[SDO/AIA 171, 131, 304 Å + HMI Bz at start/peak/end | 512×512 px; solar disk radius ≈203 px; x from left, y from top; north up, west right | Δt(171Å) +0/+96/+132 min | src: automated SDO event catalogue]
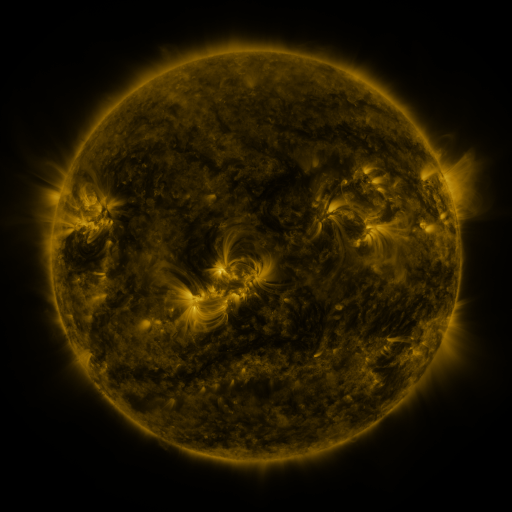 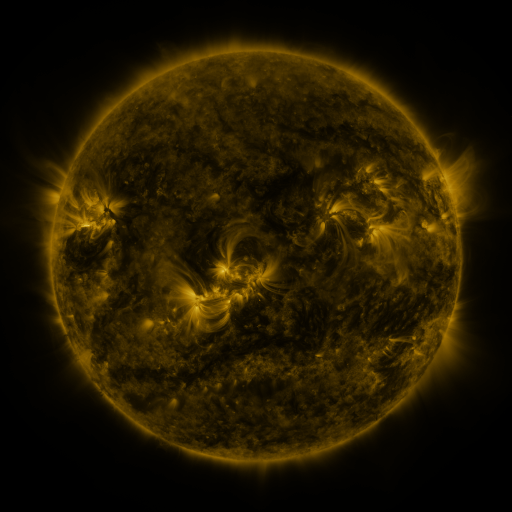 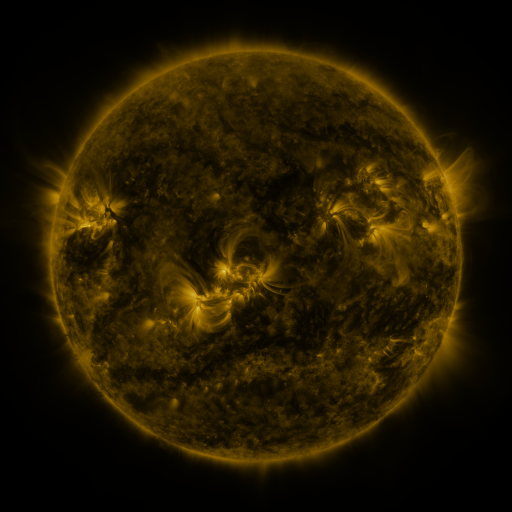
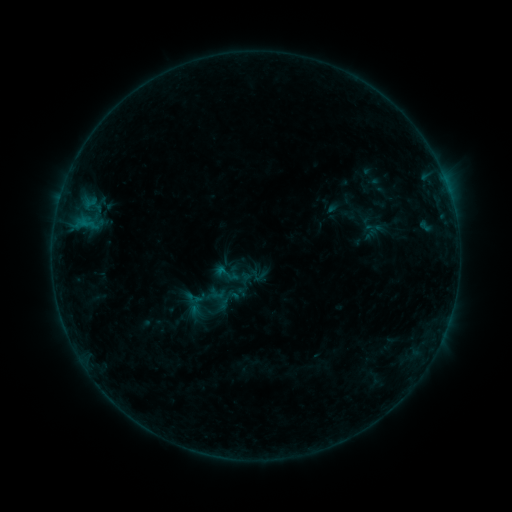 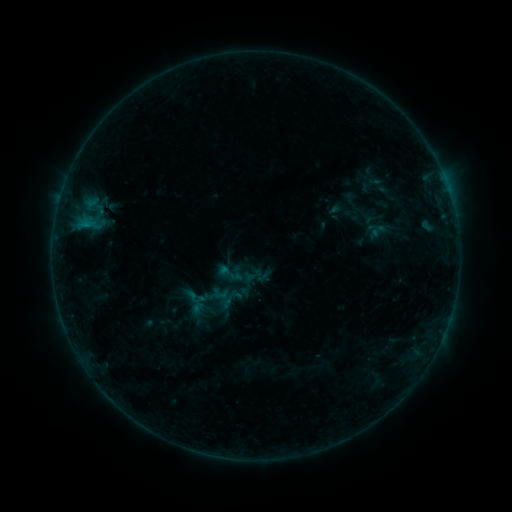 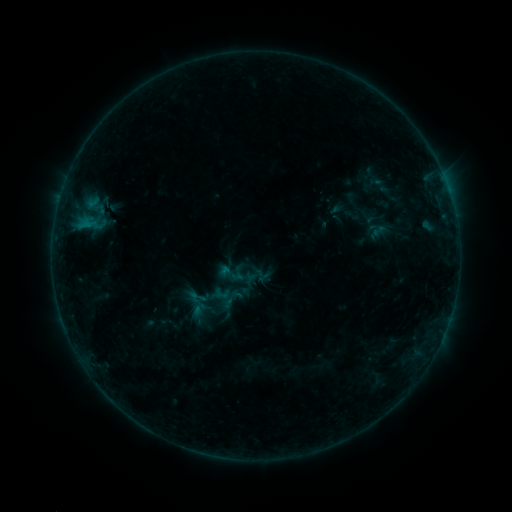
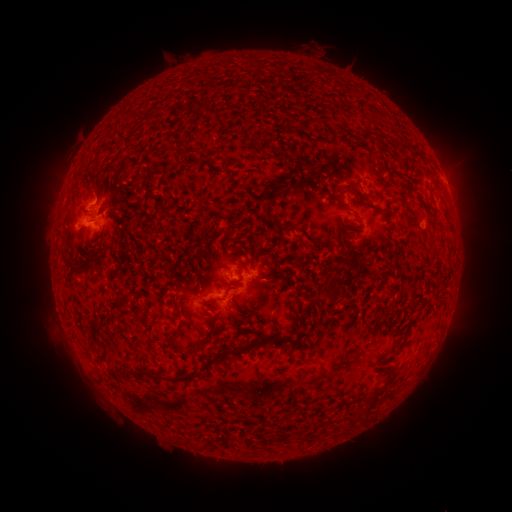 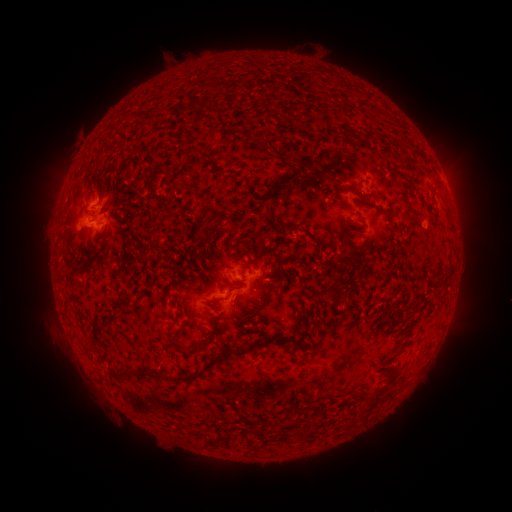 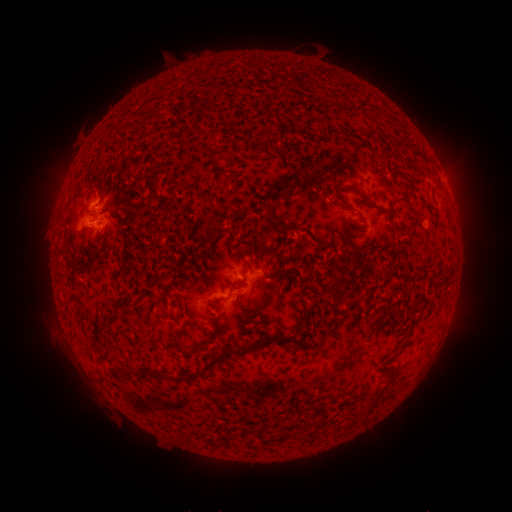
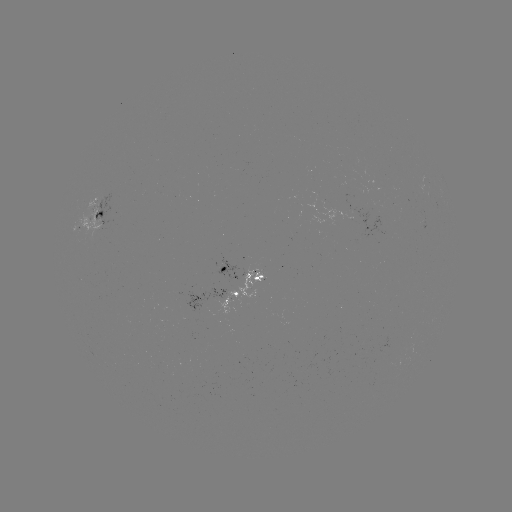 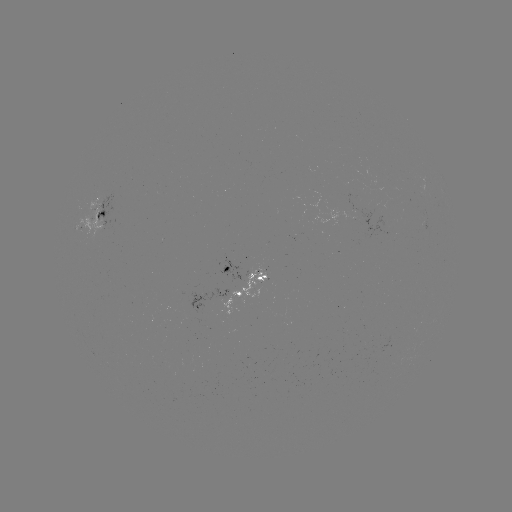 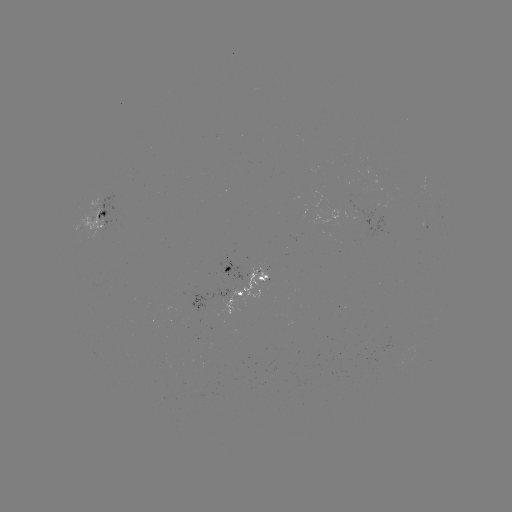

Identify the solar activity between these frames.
emerging-flux region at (92, 219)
